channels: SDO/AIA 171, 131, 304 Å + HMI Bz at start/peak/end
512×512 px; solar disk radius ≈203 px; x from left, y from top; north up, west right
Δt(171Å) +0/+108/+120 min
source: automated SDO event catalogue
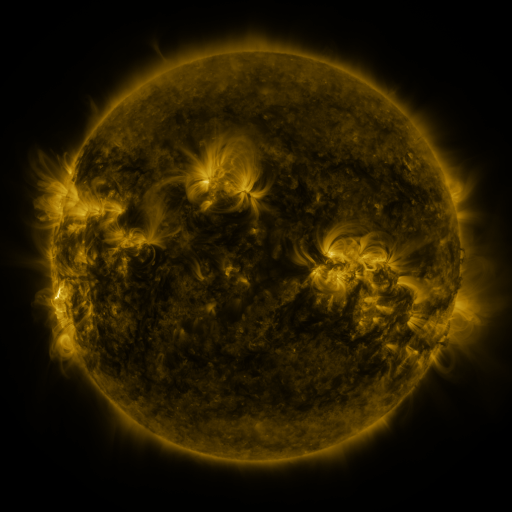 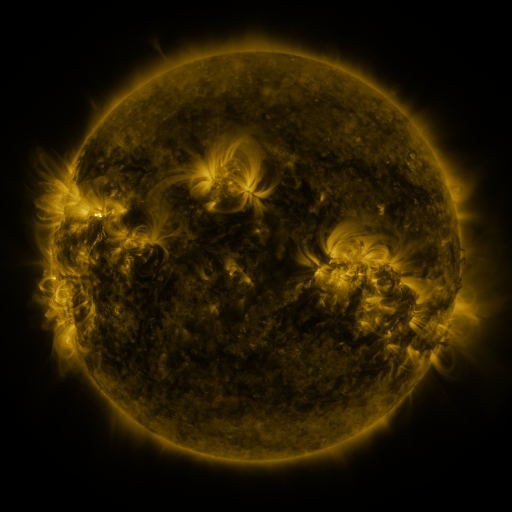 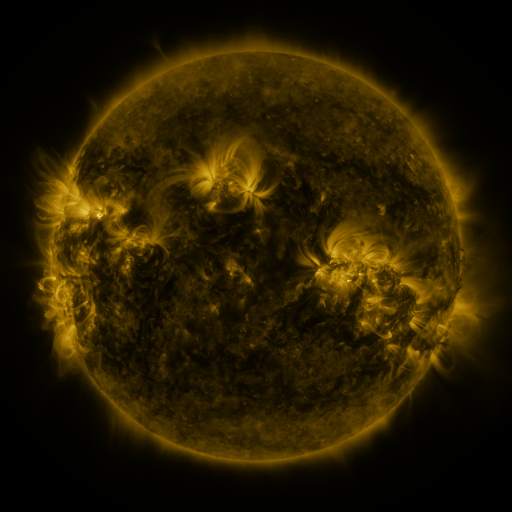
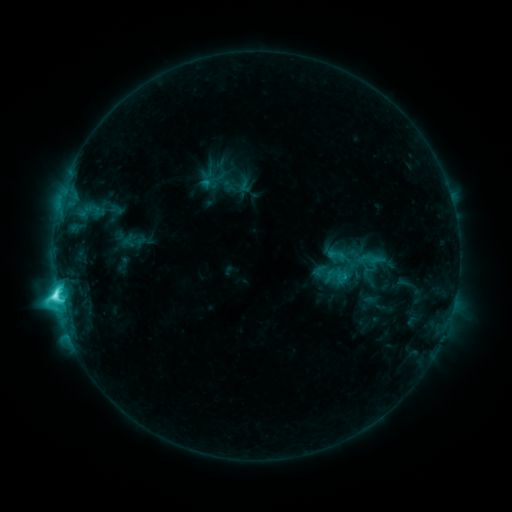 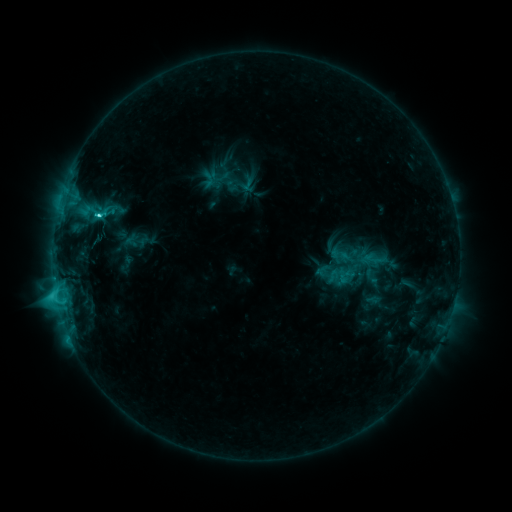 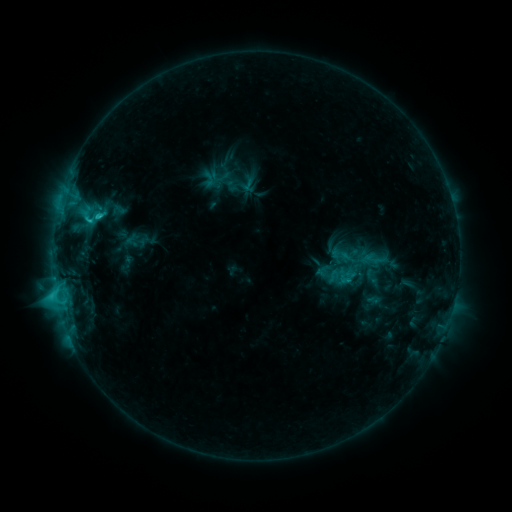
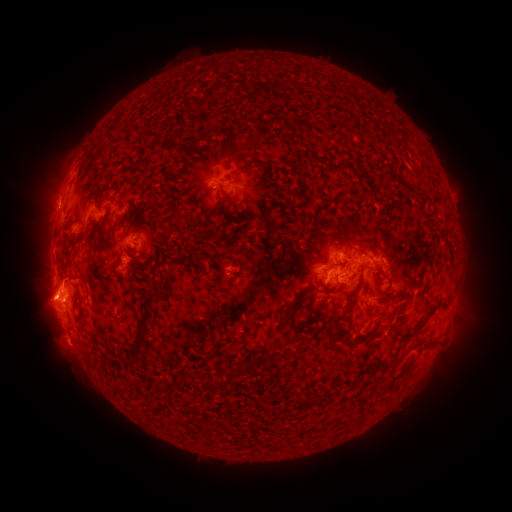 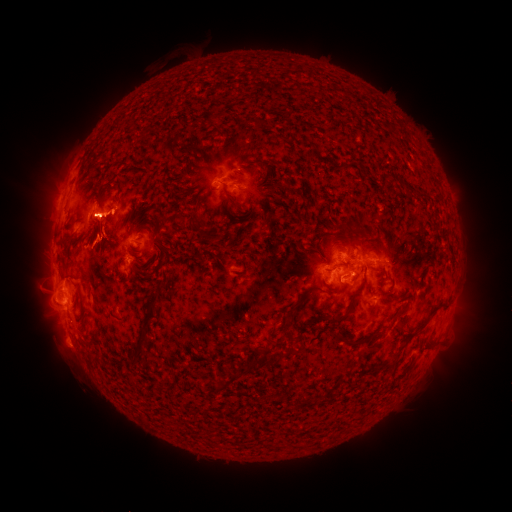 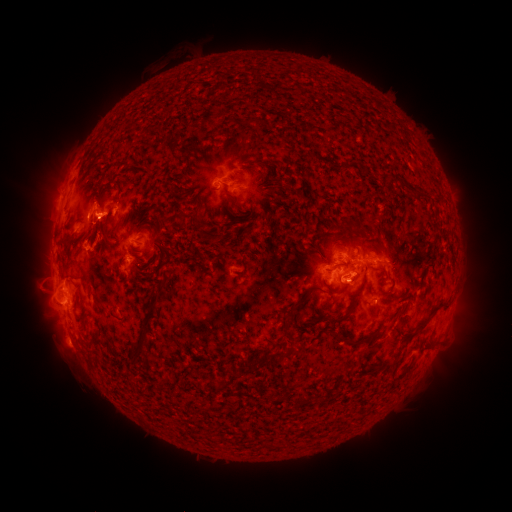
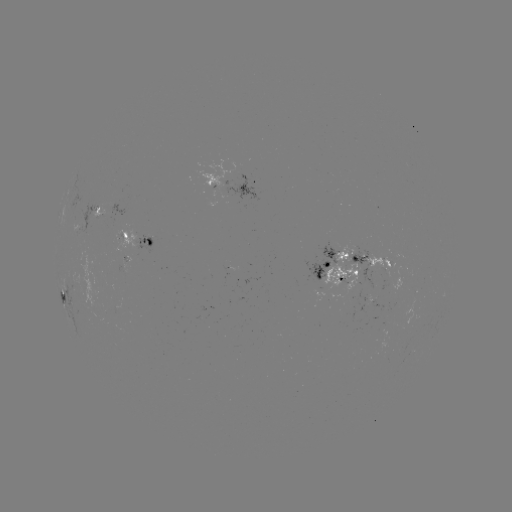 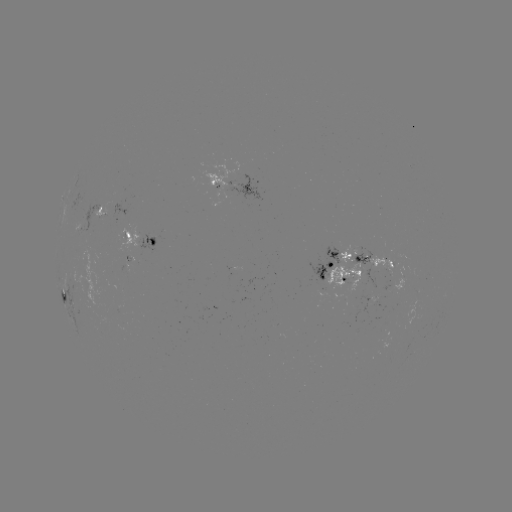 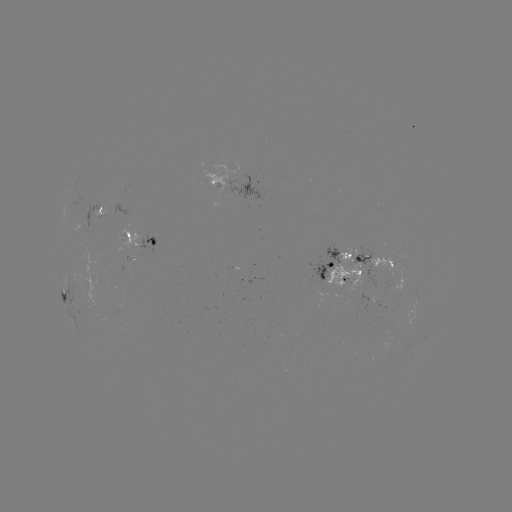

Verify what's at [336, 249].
emerging-flux region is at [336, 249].